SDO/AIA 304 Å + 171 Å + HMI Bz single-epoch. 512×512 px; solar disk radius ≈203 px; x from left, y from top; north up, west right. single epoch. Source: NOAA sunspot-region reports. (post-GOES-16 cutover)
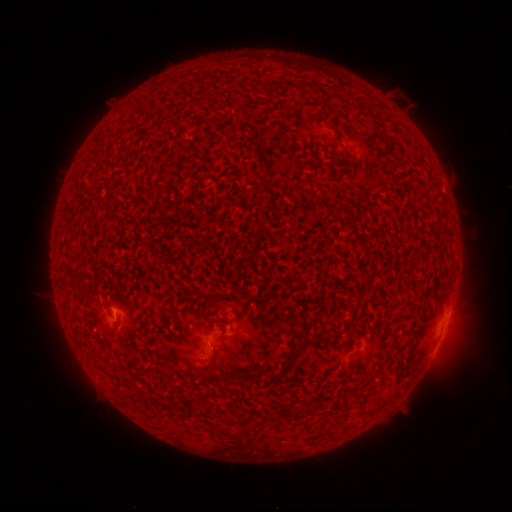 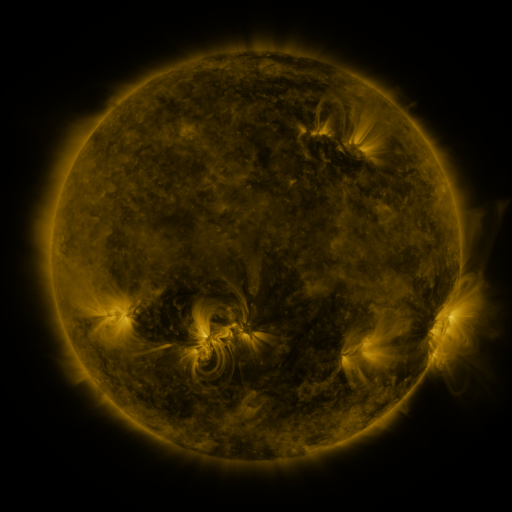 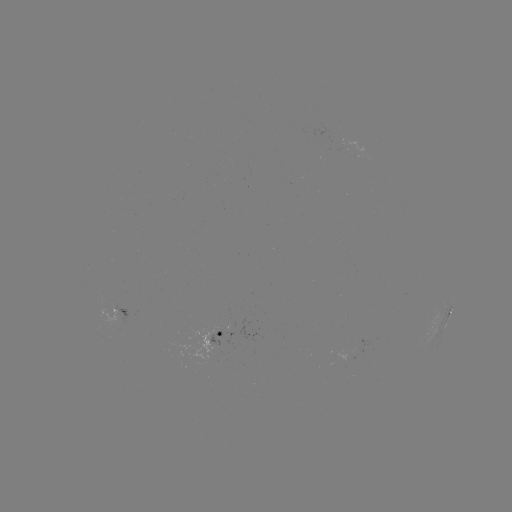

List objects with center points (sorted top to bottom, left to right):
spotted active region: (117, 312)
spotted active region: (449, 315)
spotted active region: (216, 336)
